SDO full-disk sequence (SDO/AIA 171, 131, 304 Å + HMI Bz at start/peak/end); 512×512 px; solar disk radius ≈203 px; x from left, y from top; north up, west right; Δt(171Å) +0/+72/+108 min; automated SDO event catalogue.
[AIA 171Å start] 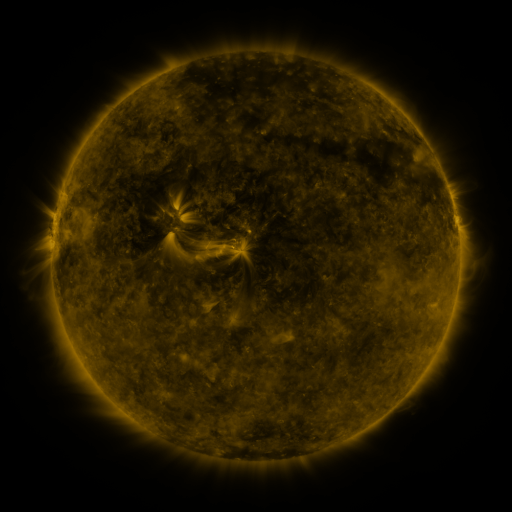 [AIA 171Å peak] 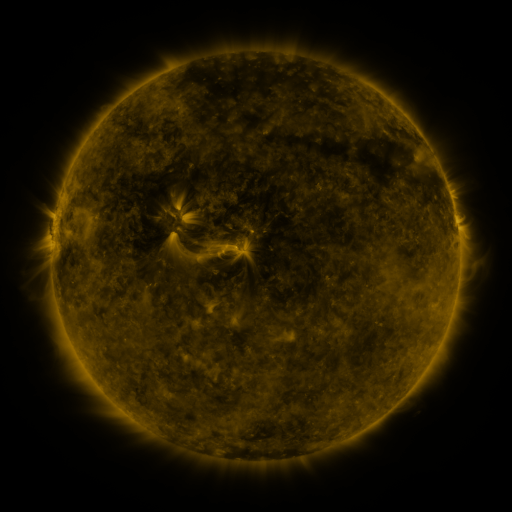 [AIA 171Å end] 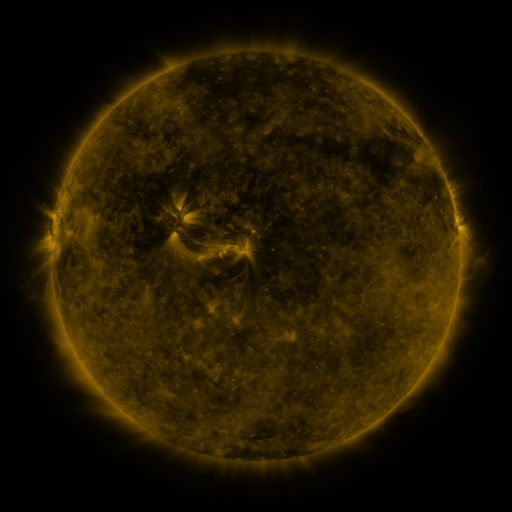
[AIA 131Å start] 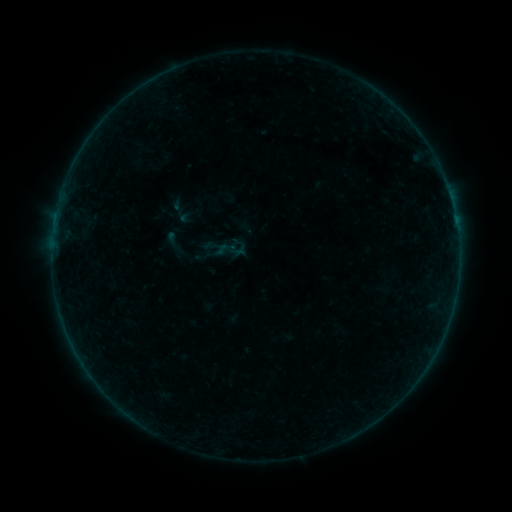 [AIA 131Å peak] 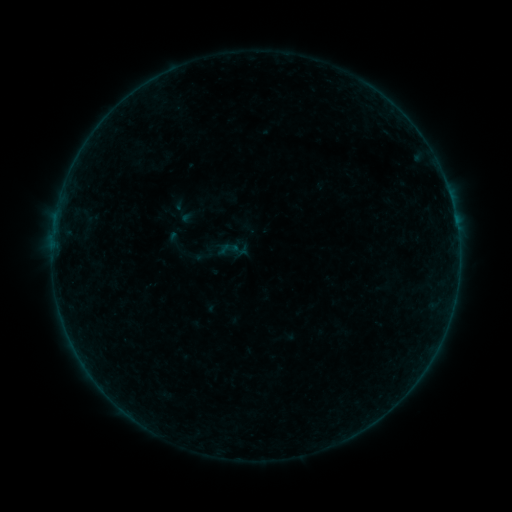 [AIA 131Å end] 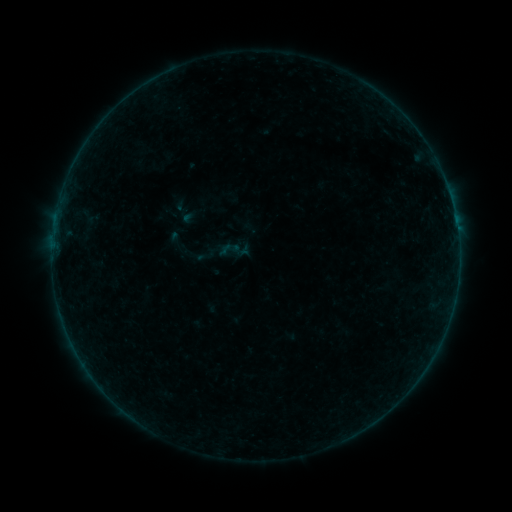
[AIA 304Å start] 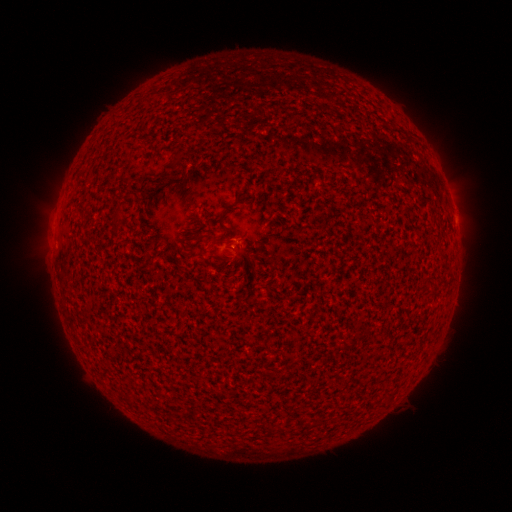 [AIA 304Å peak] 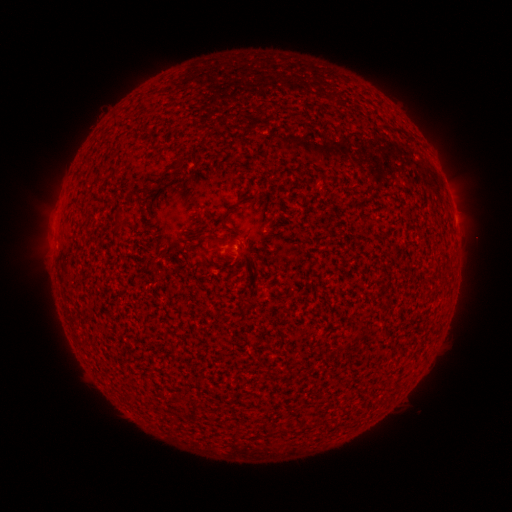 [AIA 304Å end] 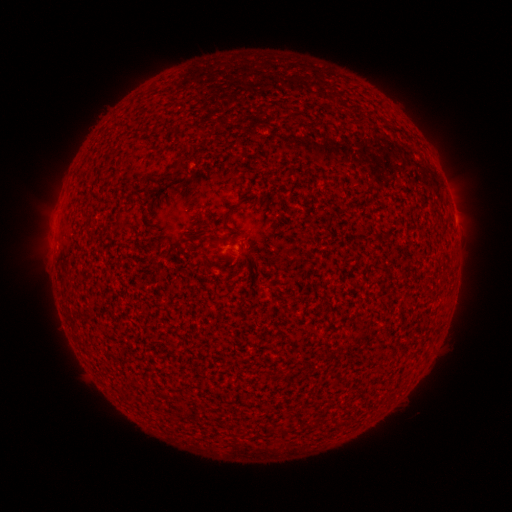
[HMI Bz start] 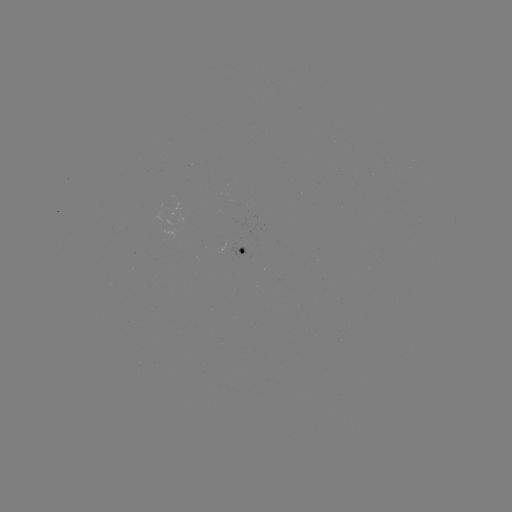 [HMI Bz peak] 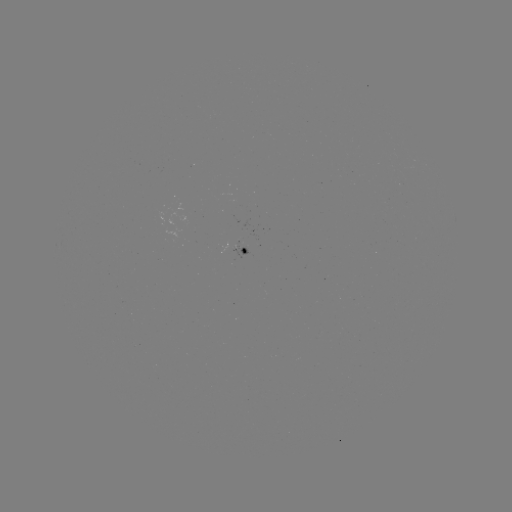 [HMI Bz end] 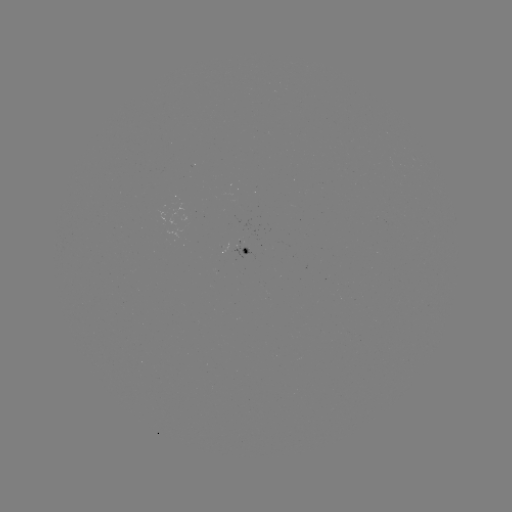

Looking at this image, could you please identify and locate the emerging-flux region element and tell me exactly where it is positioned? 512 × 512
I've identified emerging-flux region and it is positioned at (239, 248).